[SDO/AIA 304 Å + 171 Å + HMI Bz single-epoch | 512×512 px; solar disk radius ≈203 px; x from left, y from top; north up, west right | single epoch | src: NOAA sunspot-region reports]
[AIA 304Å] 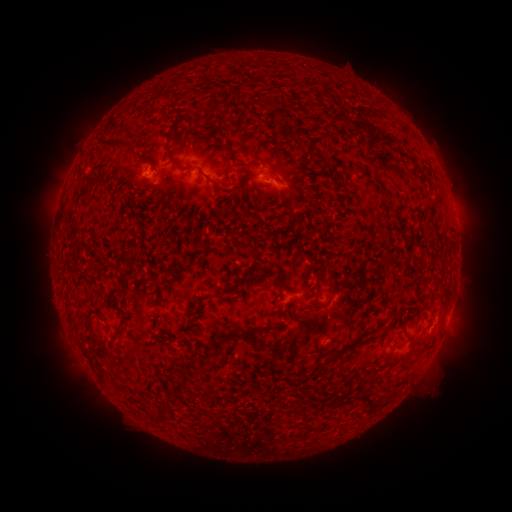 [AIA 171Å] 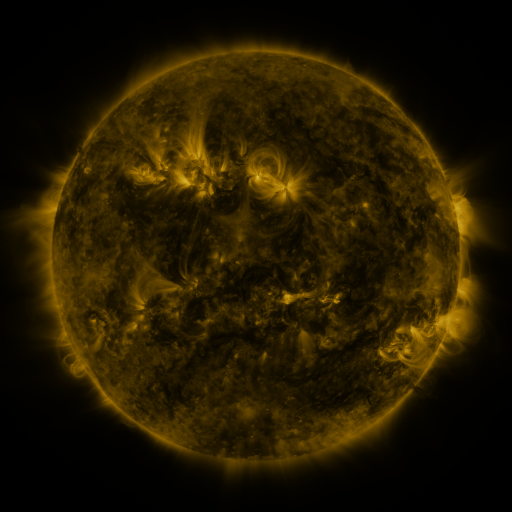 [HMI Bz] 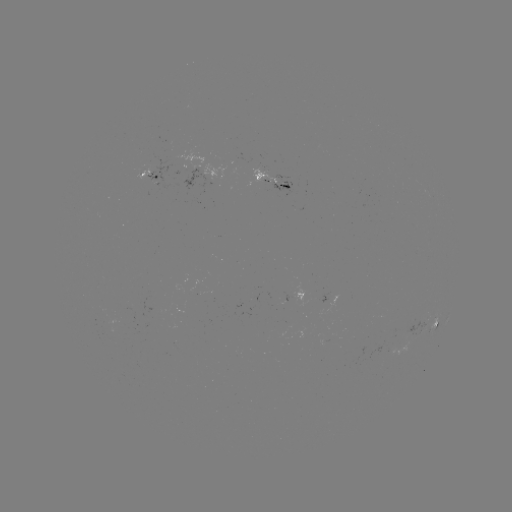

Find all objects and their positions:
spotted active region: (150, 175)
spotted active region: (269, 178)
spotted active region: (293, 294)
spotted active region: (434, 325)
